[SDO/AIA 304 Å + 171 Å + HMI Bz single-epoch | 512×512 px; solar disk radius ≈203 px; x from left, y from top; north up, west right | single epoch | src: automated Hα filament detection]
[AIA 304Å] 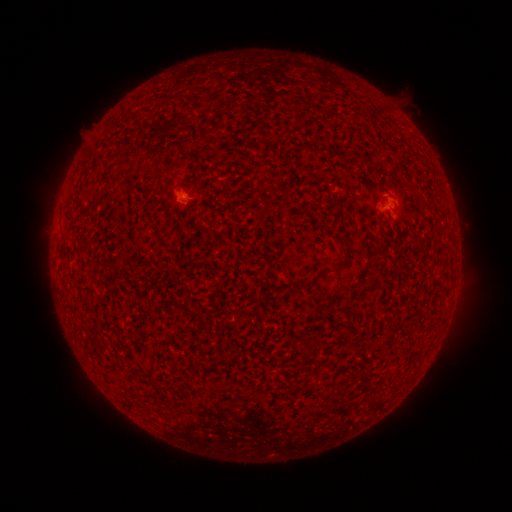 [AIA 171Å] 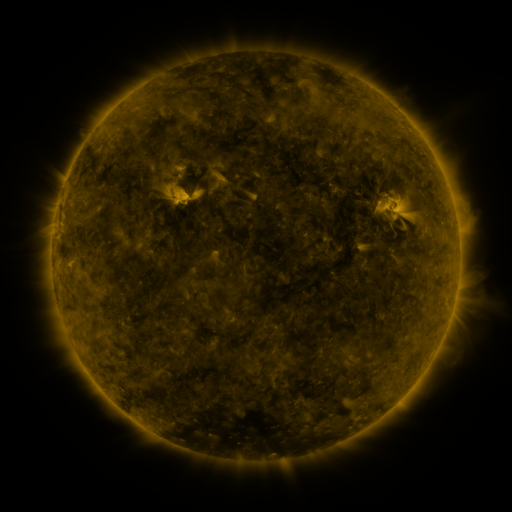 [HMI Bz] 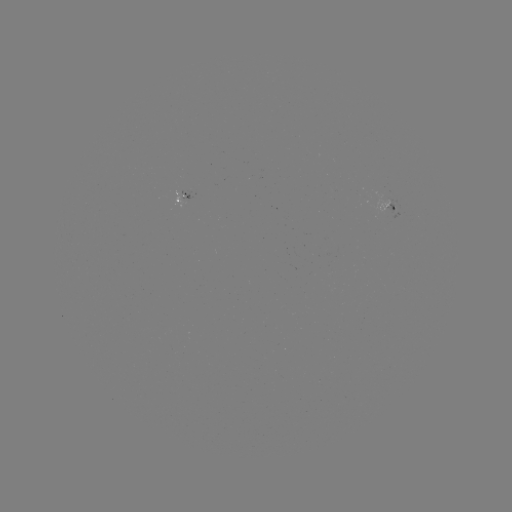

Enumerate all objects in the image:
filament: (346, 237, 353, 250)
filament: (290, 281, 302, 292)
filament: (307, 382, 316, 392)
